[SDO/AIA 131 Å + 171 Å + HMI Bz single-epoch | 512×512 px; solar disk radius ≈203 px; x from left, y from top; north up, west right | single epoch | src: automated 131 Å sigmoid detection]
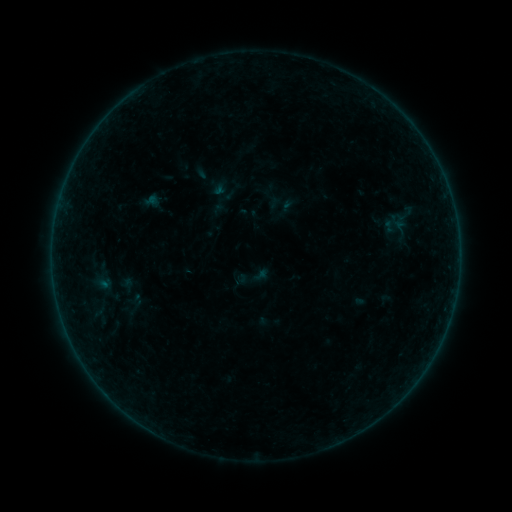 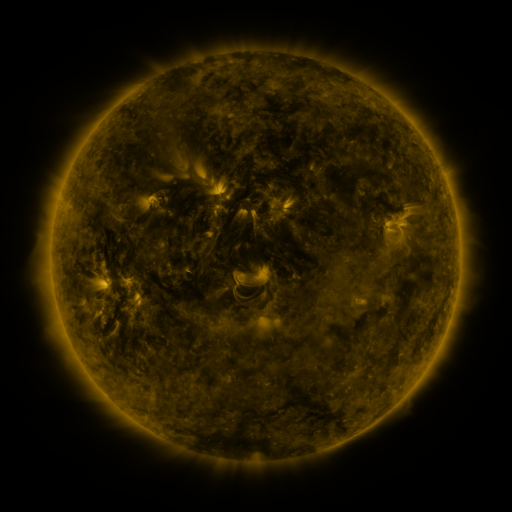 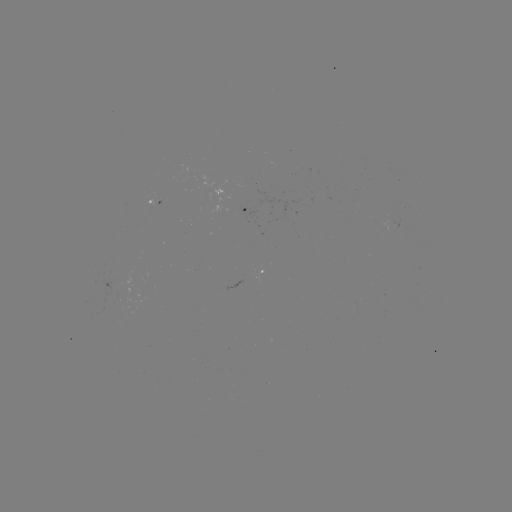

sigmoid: <bbox>389, 212, 410, 230</bbox>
